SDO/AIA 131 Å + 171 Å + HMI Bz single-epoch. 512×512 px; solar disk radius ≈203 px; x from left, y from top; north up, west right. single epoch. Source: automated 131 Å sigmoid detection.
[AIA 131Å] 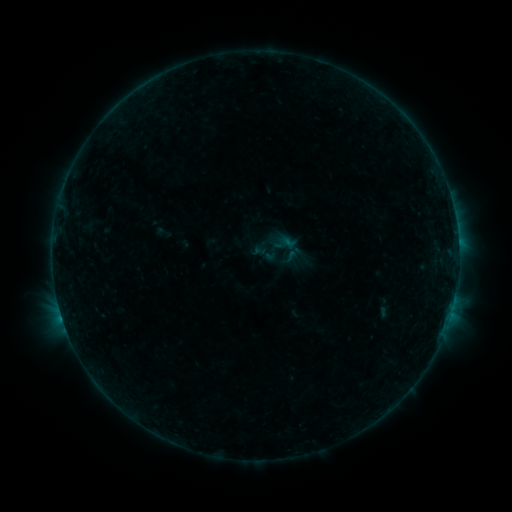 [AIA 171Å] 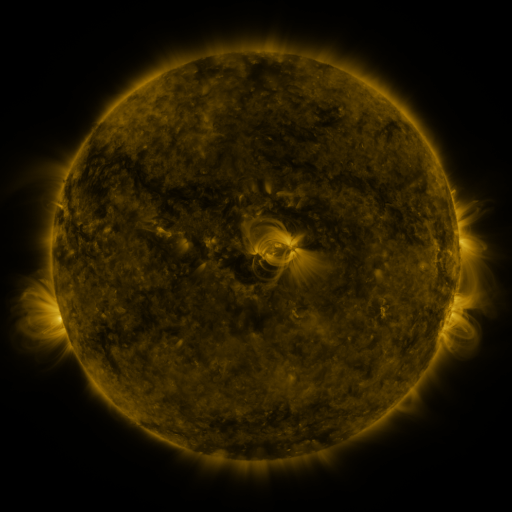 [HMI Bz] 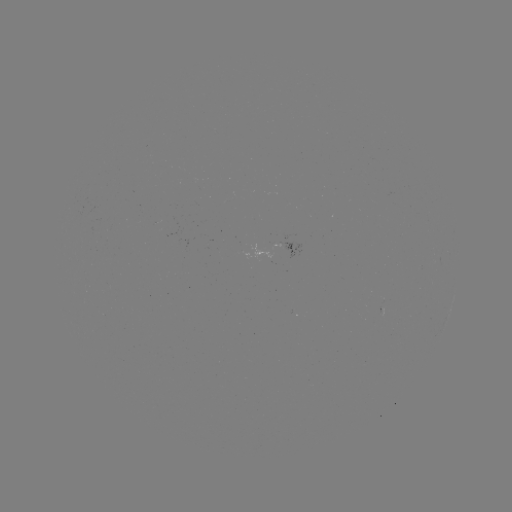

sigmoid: (268, 230, 305, 265)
